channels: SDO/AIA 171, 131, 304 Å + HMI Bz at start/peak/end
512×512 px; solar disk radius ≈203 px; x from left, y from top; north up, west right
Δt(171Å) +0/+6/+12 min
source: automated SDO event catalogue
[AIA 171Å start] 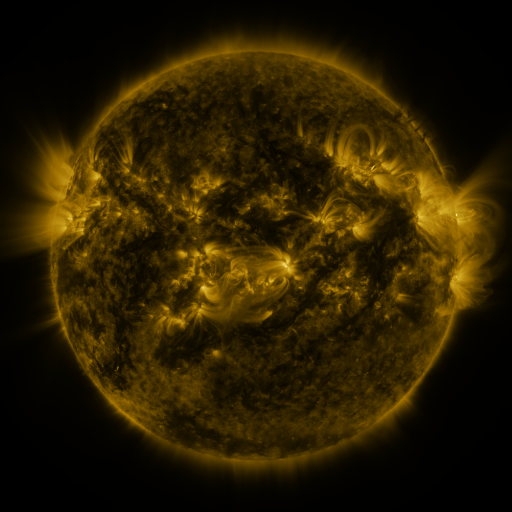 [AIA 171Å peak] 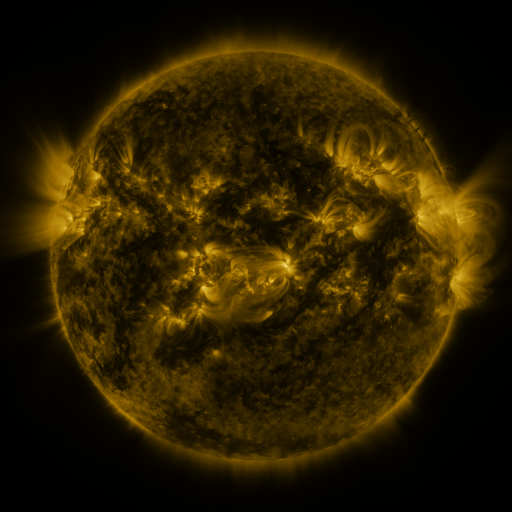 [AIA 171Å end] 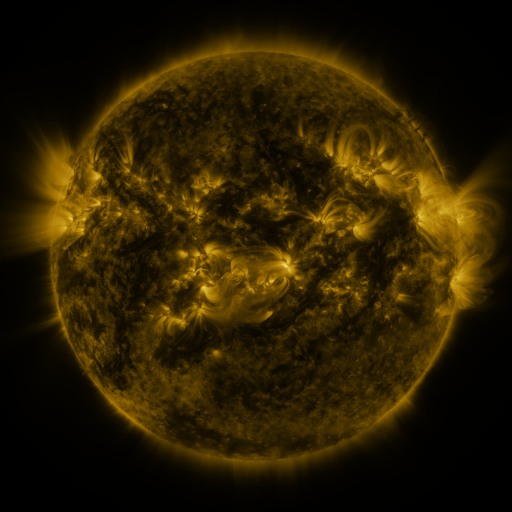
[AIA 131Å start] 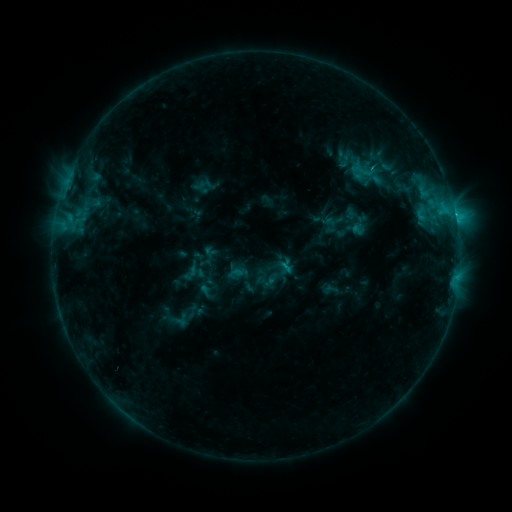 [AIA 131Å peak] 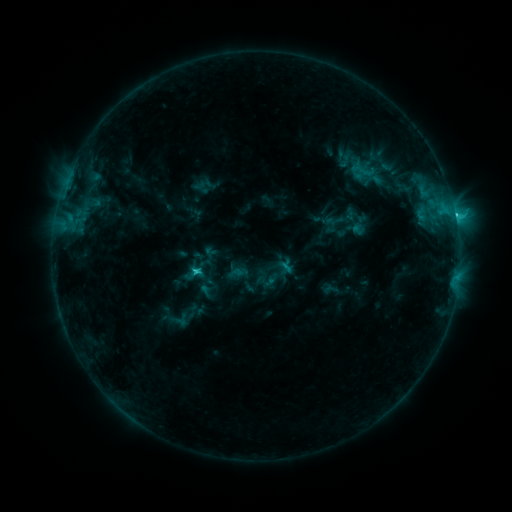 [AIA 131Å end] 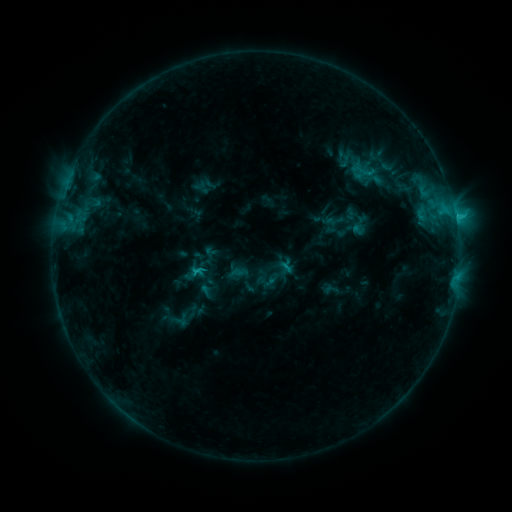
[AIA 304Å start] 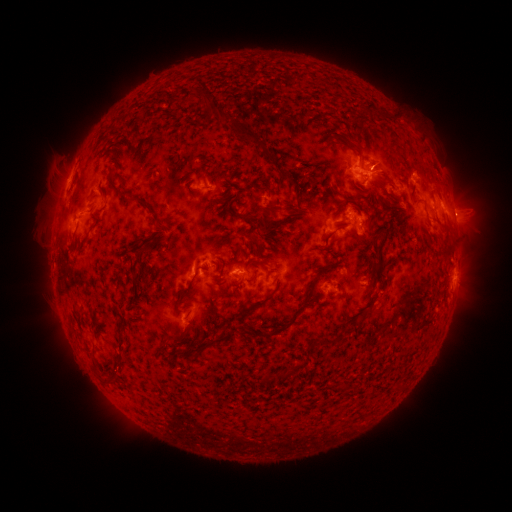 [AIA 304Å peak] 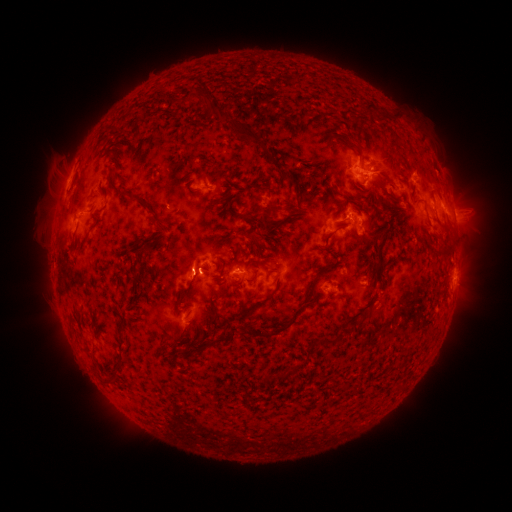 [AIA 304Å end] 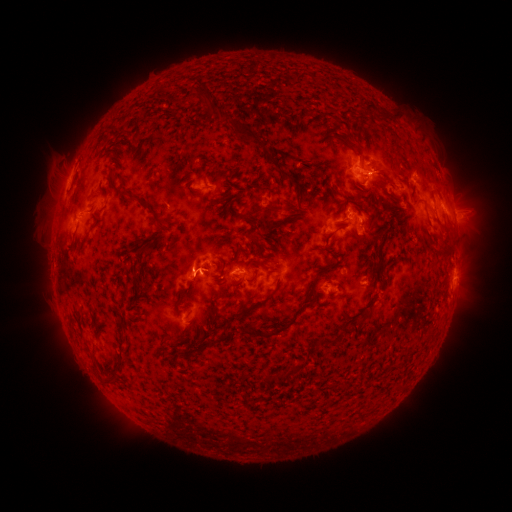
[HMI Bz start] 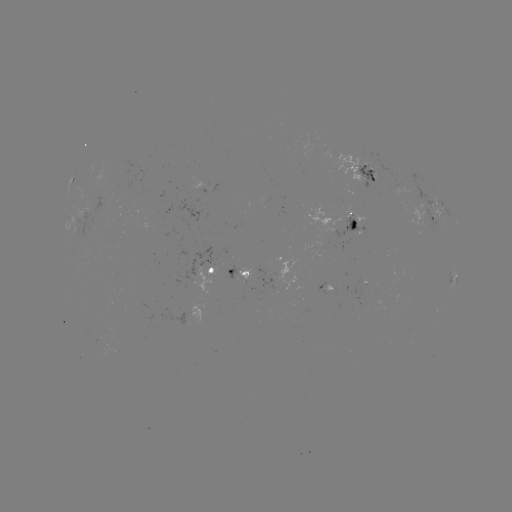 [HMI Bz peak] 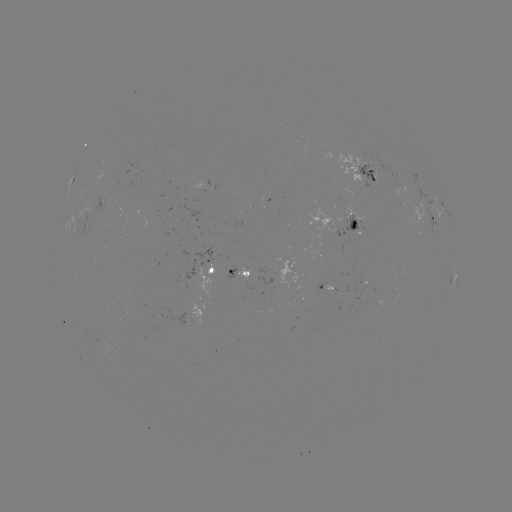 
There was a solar flare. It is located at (200, 270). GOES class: C2.3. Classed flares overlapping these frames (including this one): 1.